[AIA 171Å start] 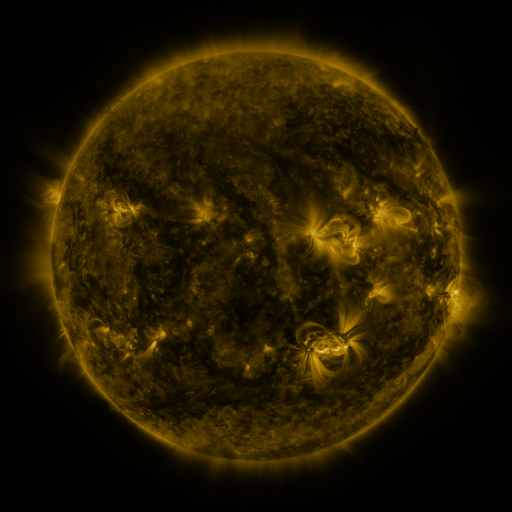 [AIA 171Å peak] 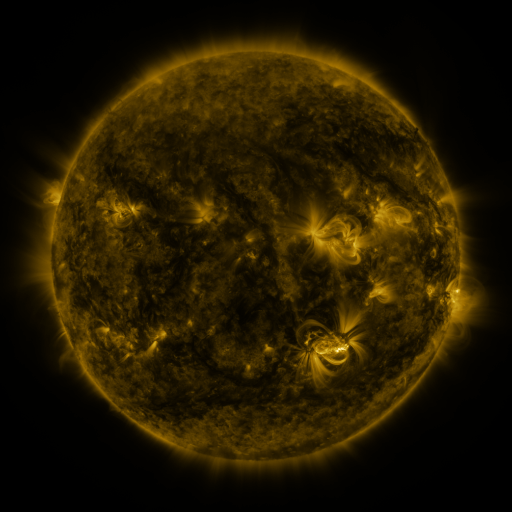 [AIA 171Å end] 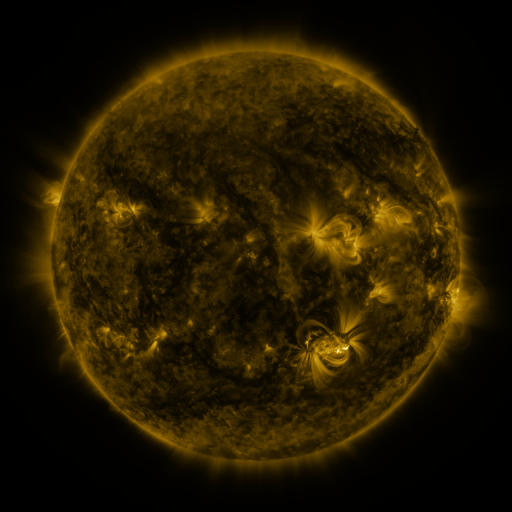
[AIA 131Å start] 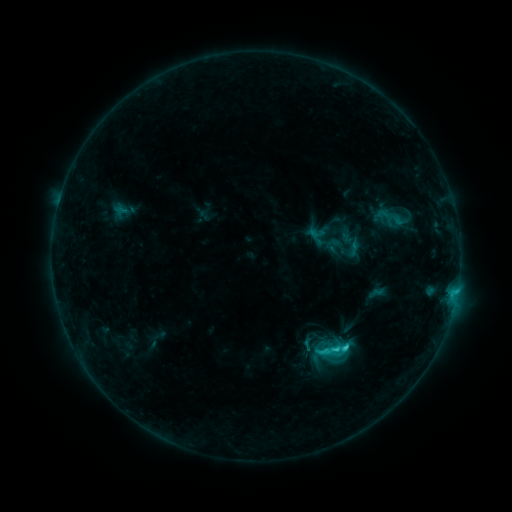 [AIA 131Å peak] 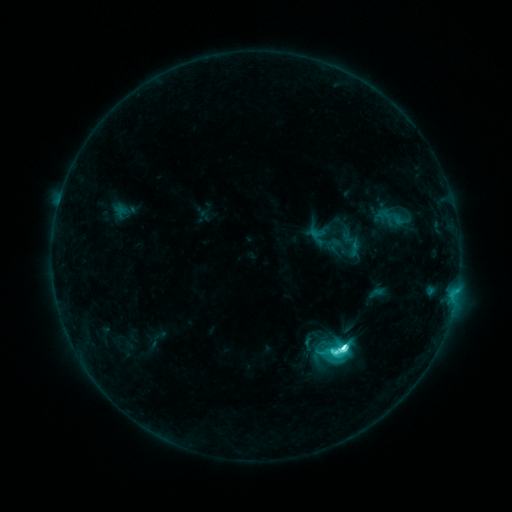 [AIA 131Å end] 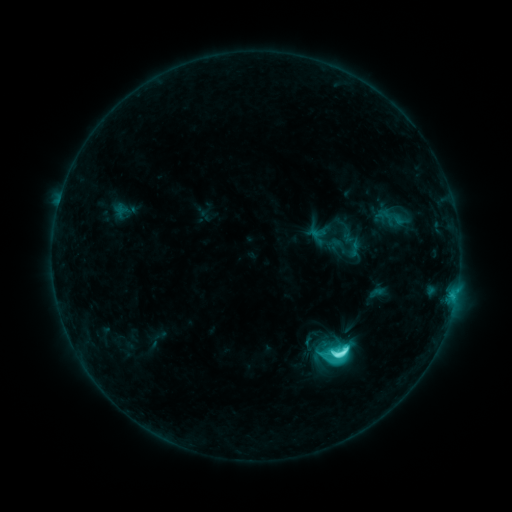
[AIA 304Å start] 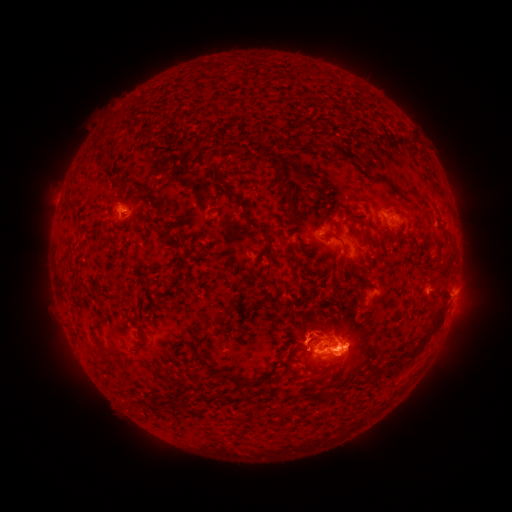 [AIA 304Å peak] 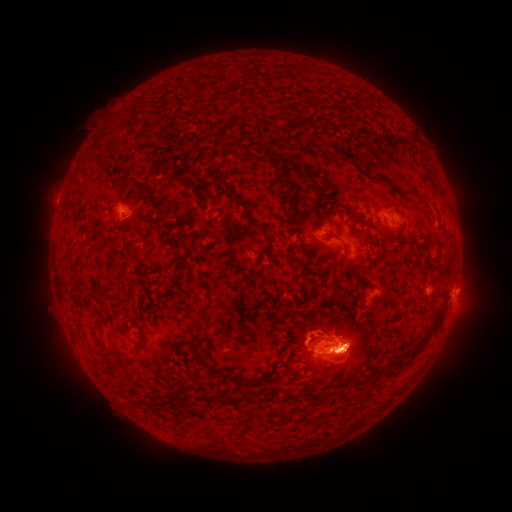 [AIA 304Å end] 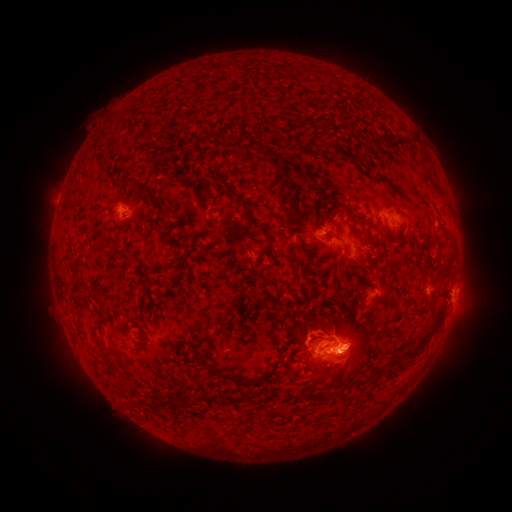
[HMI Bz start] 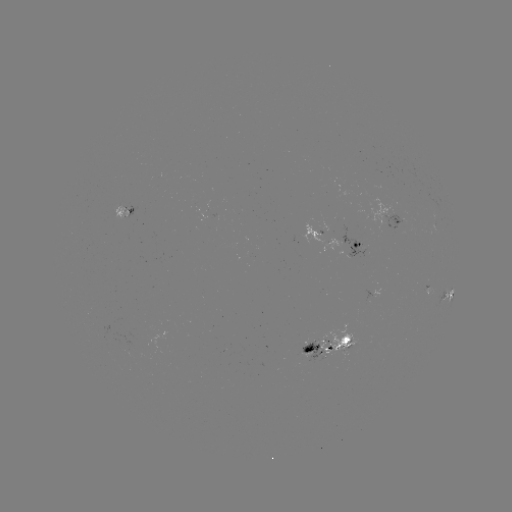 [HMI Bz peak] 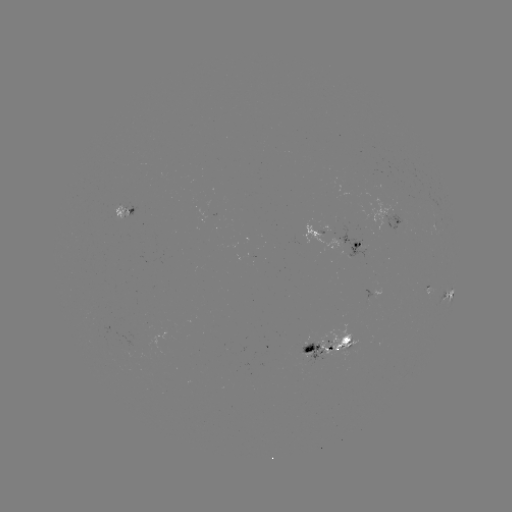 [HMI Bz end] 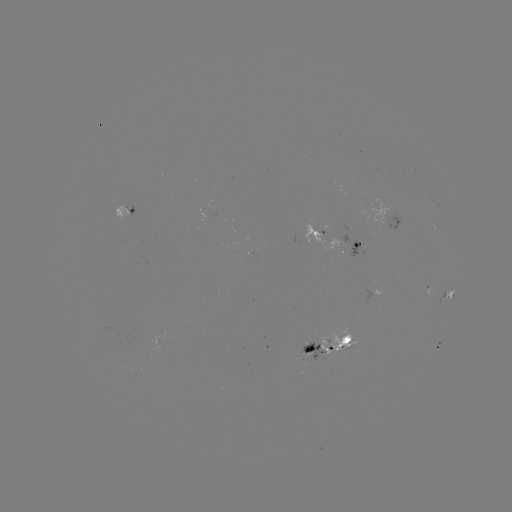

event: flare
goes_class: M1.1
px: (339, 348)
